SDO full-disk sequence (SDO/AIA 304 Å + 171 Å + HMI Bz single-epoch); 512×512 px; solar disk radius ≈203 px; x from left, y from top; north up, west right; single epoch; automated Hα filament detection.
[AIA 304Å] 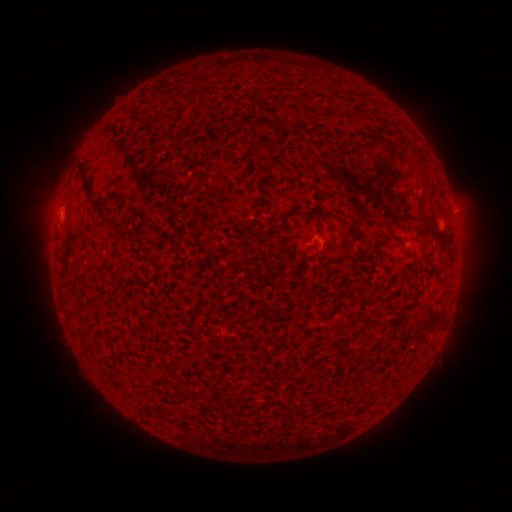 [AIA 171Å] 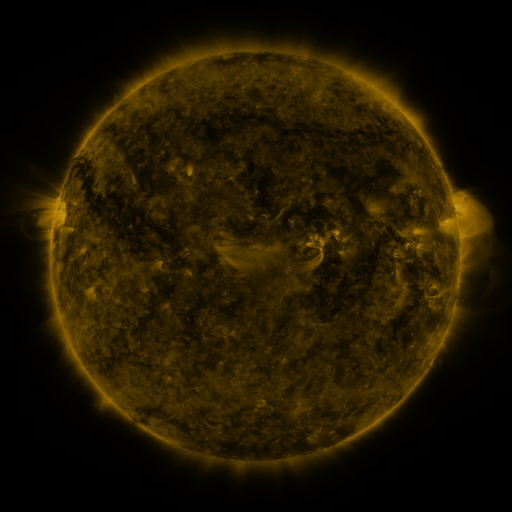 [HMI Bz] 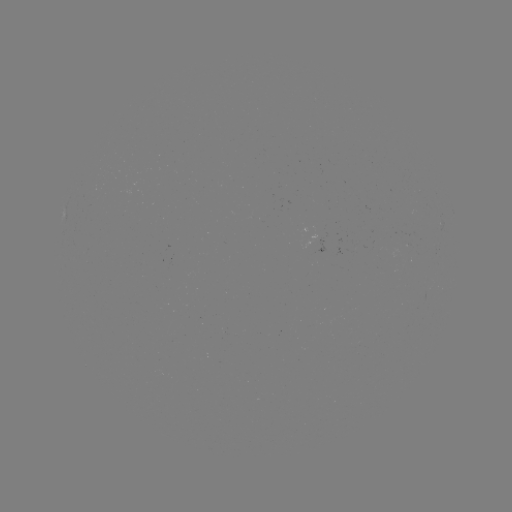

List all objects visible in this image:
filament: (295, 127)
filament: (380, 132)
filament: (363, 136)
filament: (87, 181)
filament: (427, 214)
filament: (403, 239)
filament: (382, 248)
filament: (106, 360)
filament: (170, 417)
